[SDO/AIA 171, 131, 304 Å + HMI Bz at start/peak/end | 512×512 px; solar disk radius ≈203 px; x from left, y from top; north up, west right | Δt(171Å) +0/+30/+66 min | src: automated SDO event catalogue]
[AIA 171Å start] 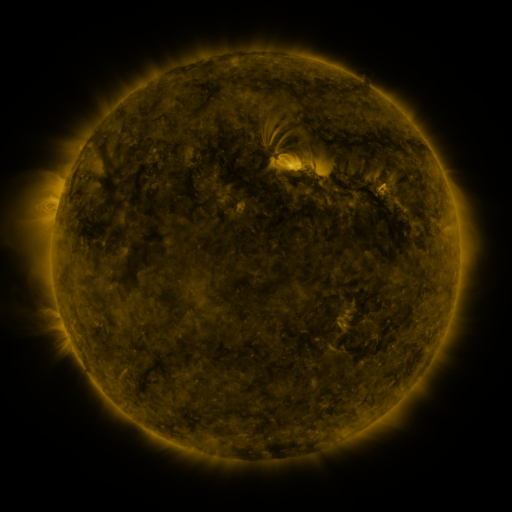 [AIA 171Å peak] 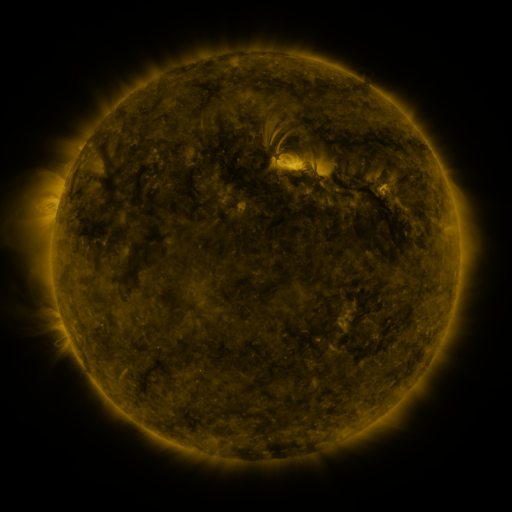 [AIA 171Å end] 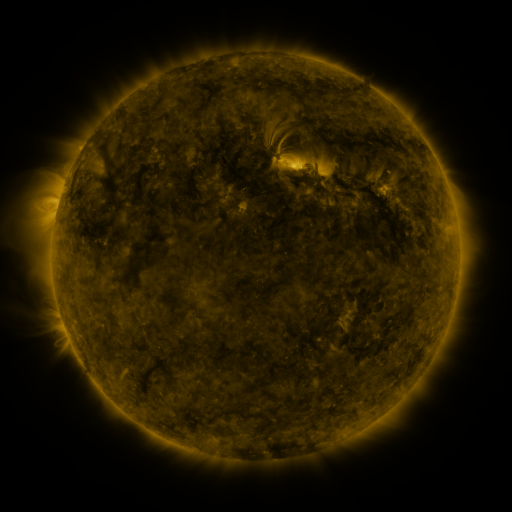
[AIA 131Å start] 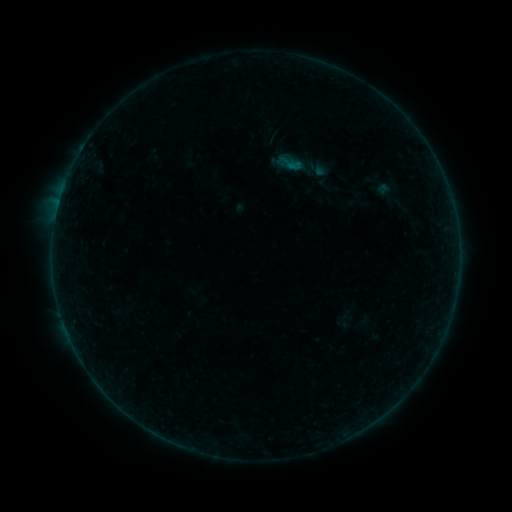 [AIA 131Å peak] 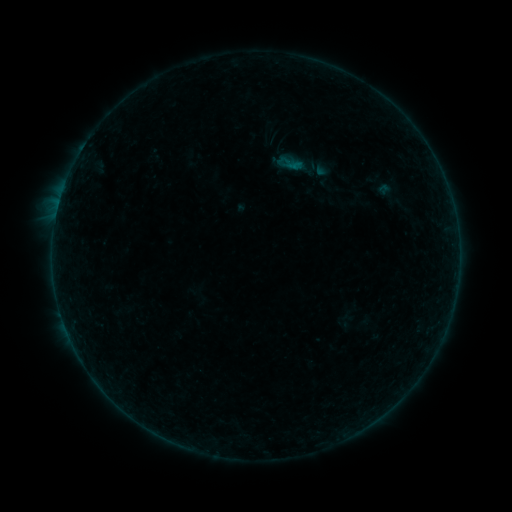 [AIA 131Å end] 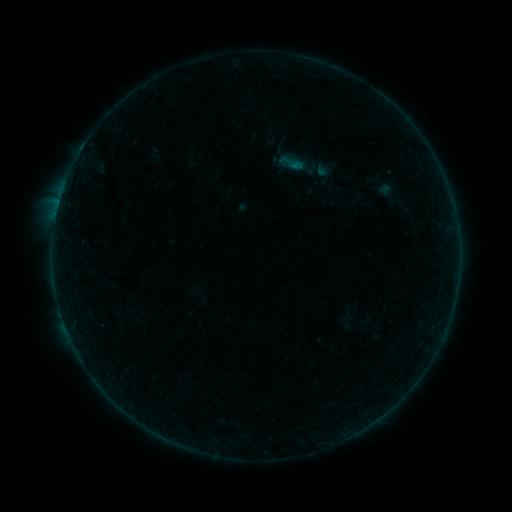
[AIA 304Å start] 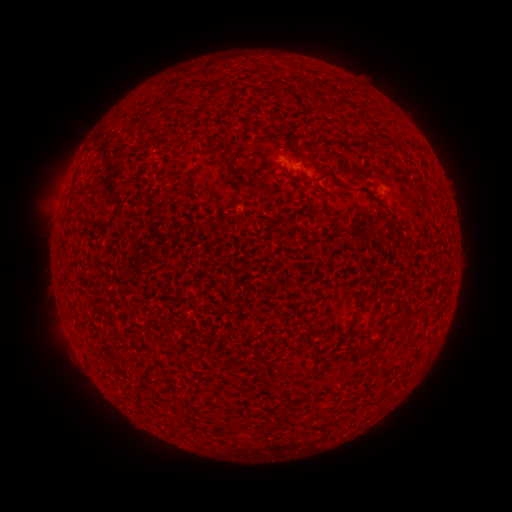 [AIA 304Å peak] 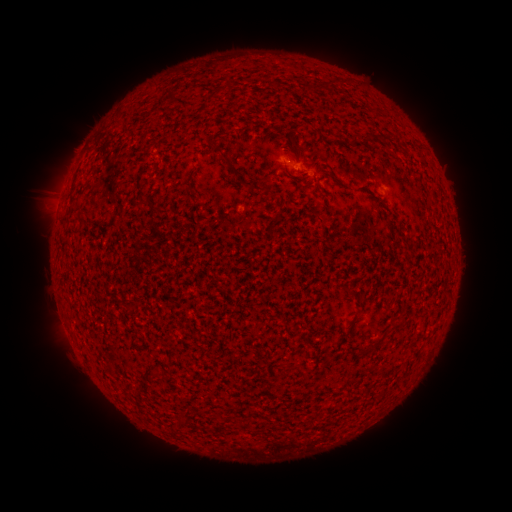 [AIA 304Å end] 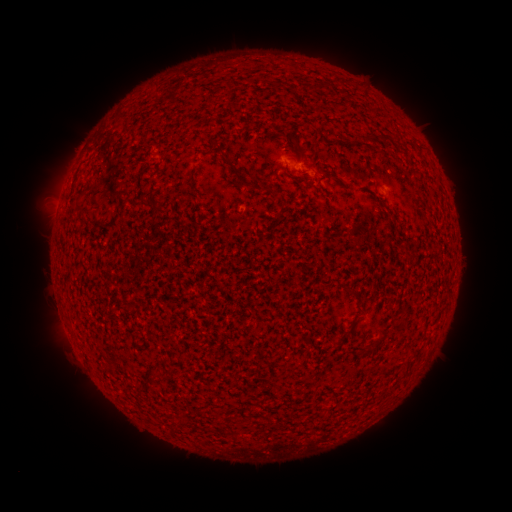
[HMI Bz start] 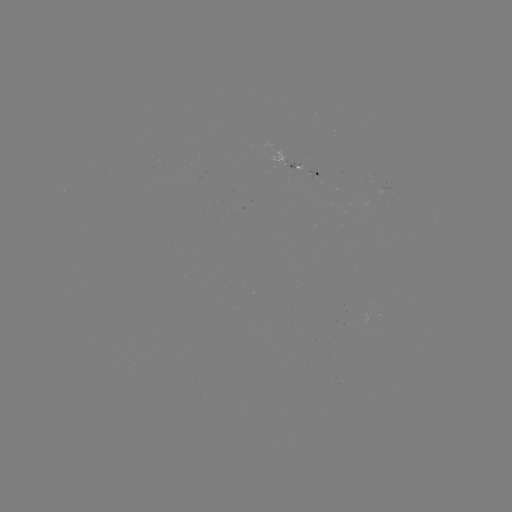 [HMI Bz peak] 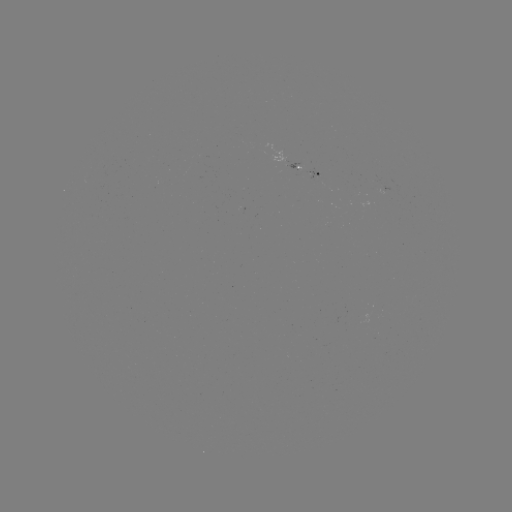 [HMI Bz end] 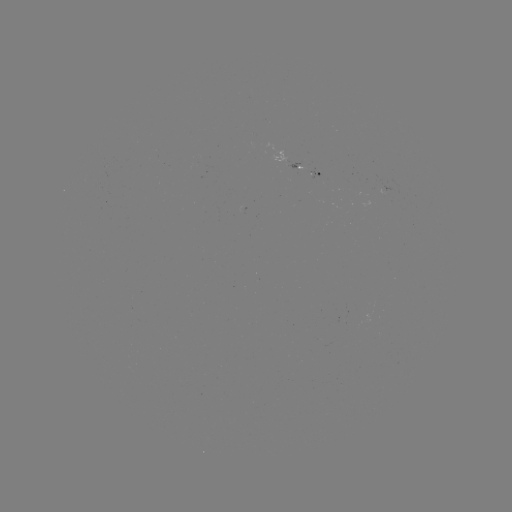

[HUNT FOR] A9.2 flare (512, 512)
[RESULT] [57, 210]